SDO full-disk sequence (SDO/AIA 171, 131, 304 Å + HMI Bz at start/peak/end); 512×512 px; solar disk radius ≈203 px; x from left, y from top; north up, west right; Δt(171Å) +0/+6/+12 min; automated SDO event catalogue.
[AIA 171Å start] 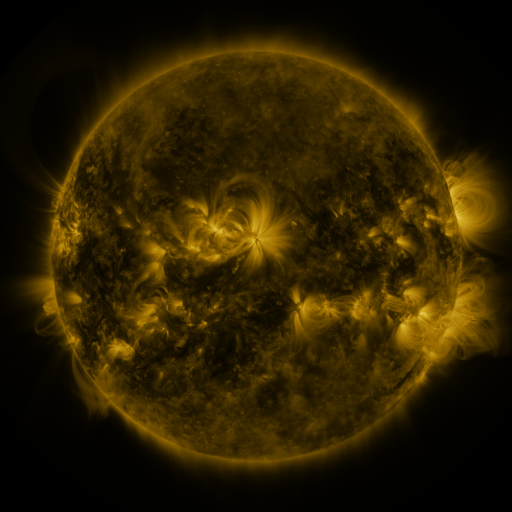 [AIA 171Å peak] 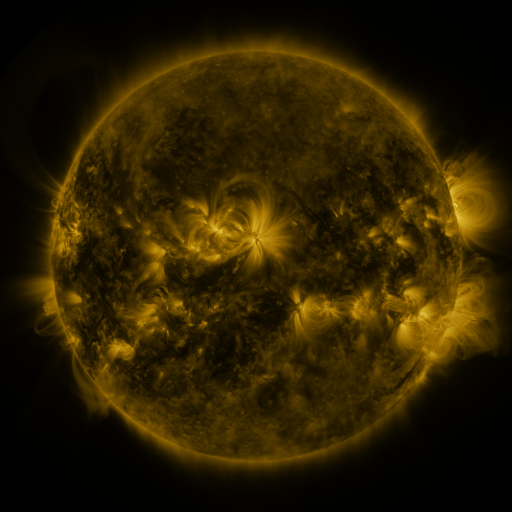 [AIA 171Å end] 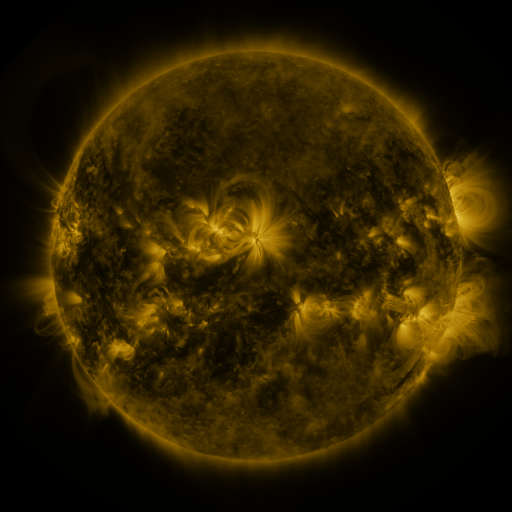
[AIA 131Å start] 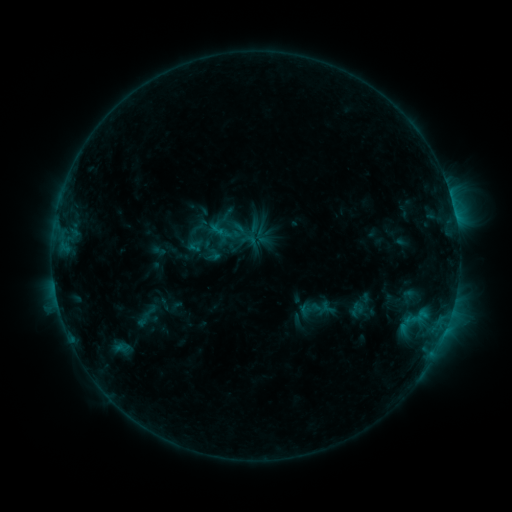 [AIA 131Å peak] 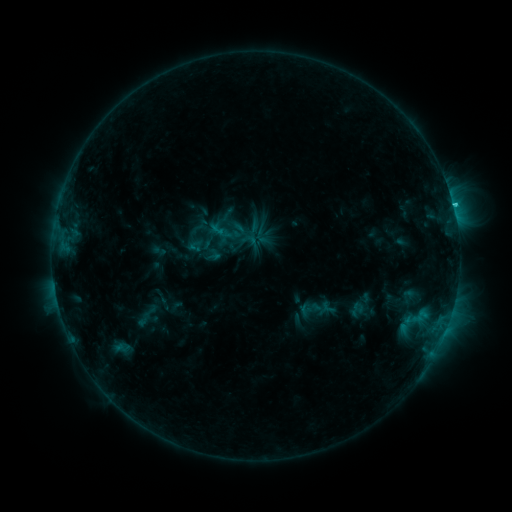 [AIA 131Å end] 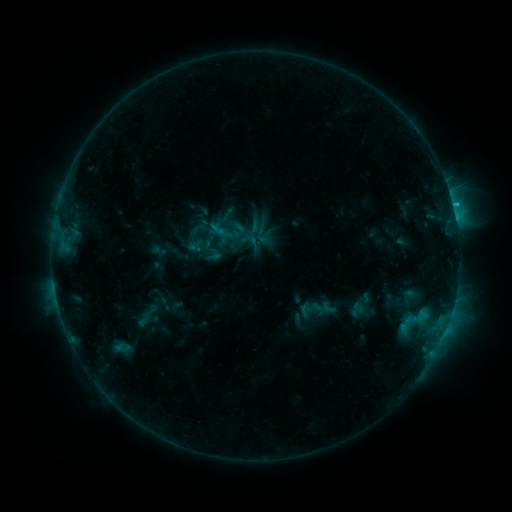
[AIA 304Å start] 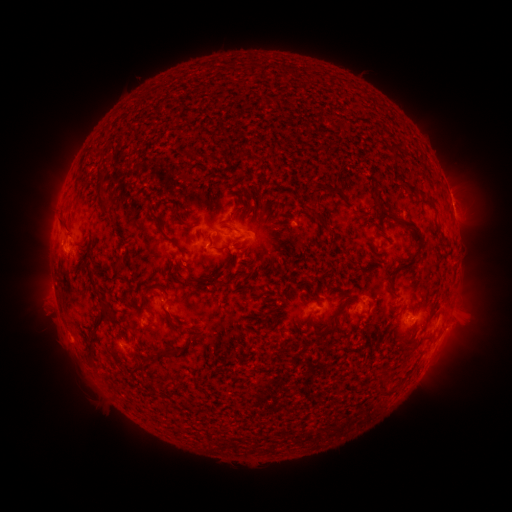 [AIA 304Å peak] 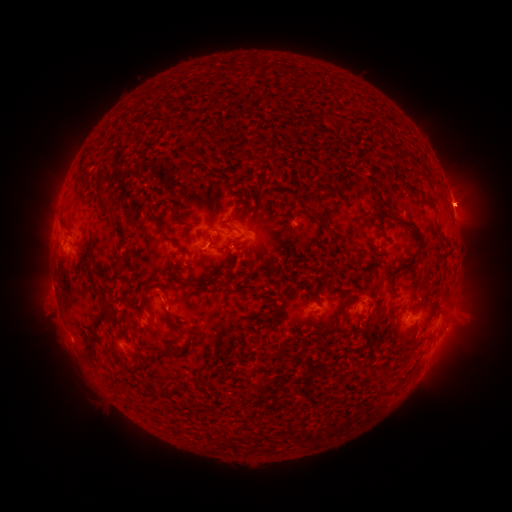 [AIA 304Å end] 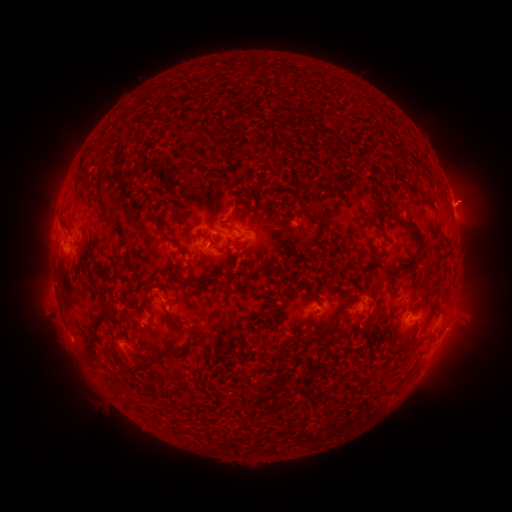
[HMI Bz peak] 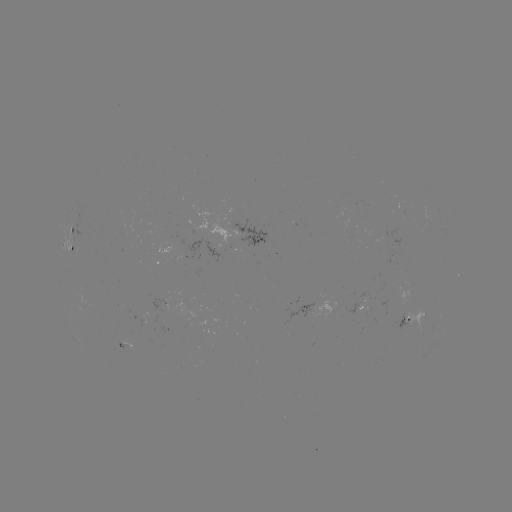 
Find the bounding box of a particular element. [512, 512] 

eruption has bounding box [445, 177, 497, 233].